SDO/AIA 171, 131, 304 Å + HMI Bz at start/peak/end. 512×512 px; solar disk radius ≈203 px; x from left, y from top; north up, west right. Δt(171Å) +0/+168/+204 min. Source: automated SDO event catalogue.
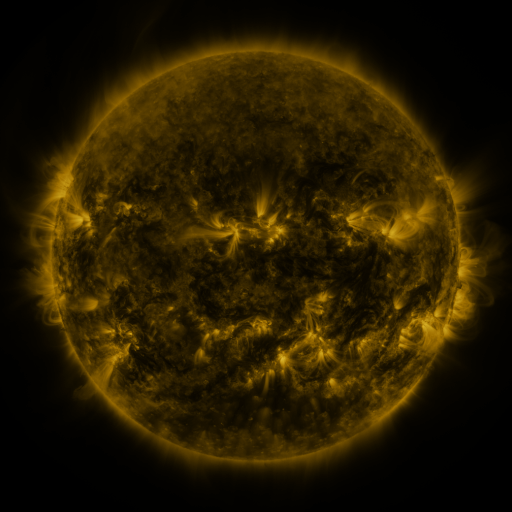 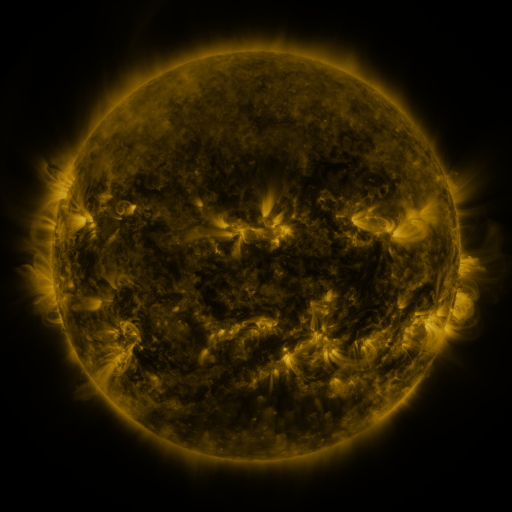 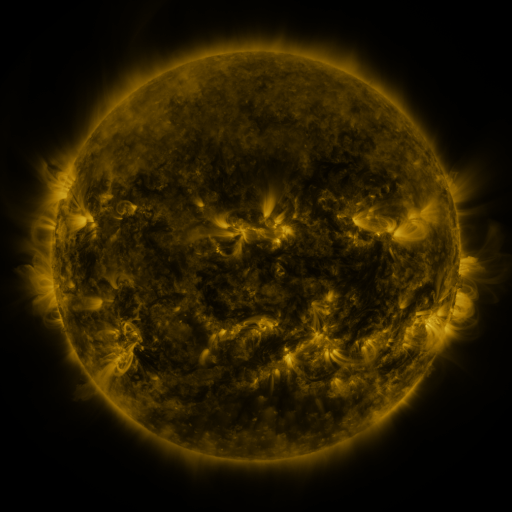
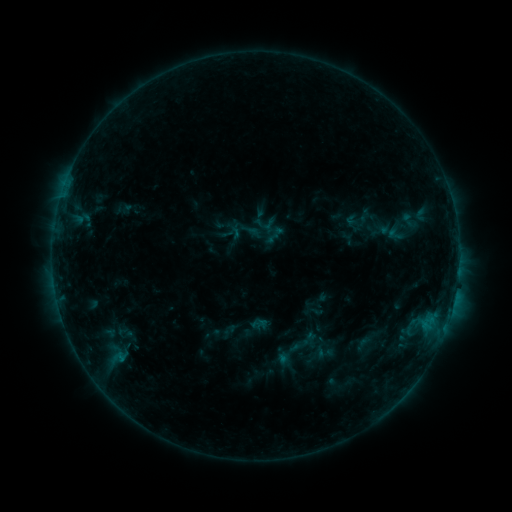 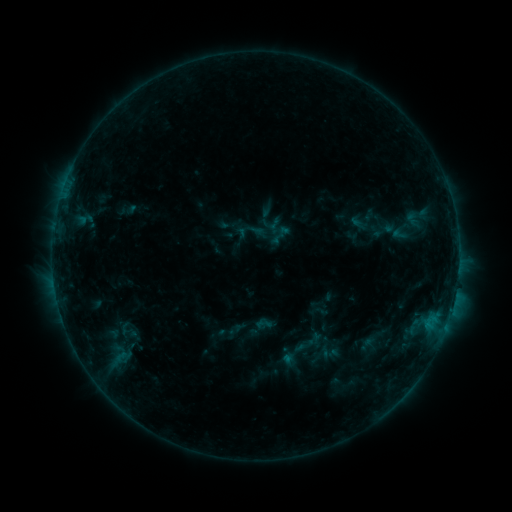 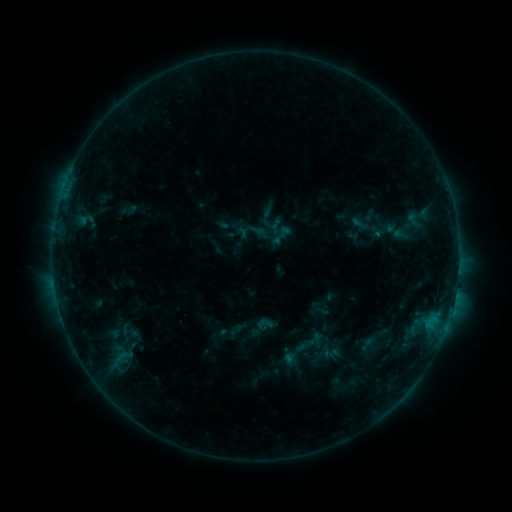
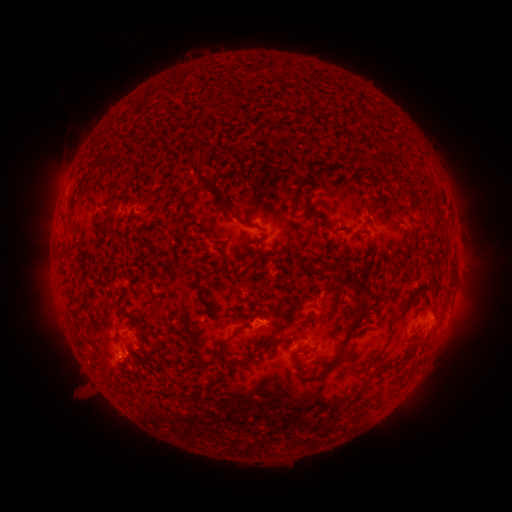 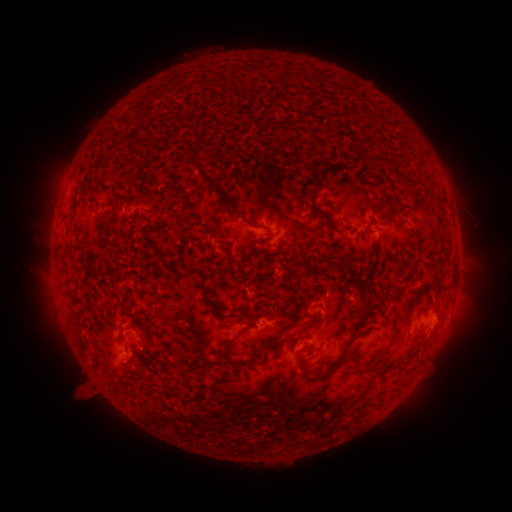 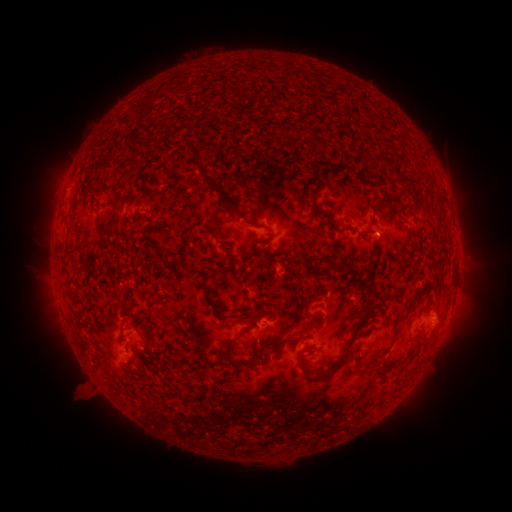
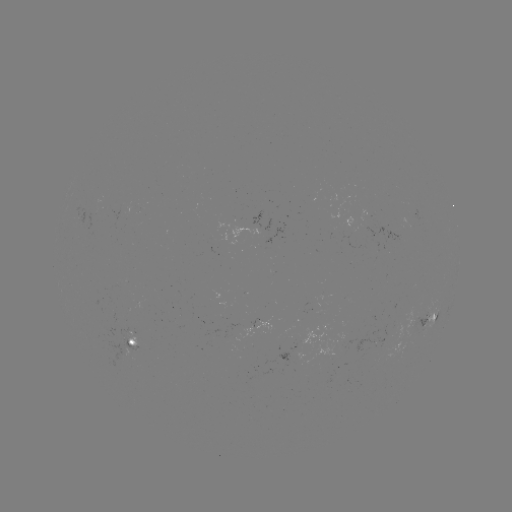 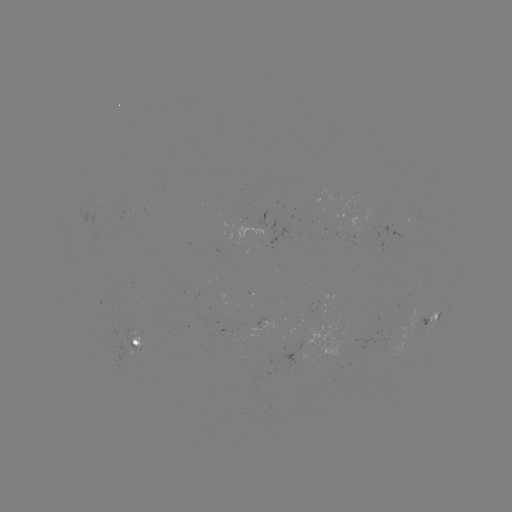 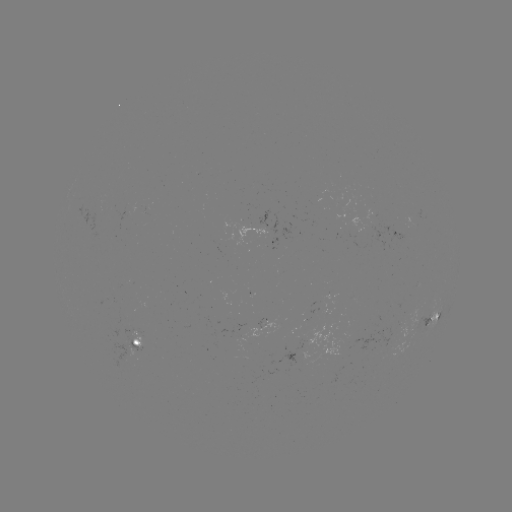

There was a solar emerging-flux region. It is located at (260, 229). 